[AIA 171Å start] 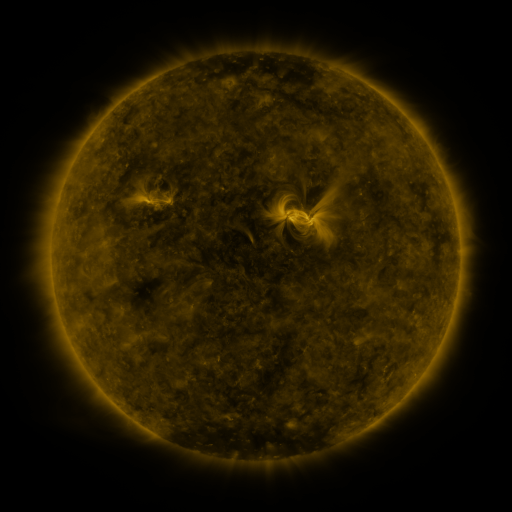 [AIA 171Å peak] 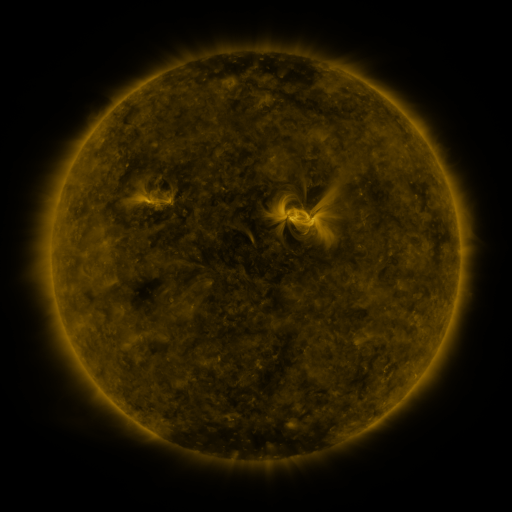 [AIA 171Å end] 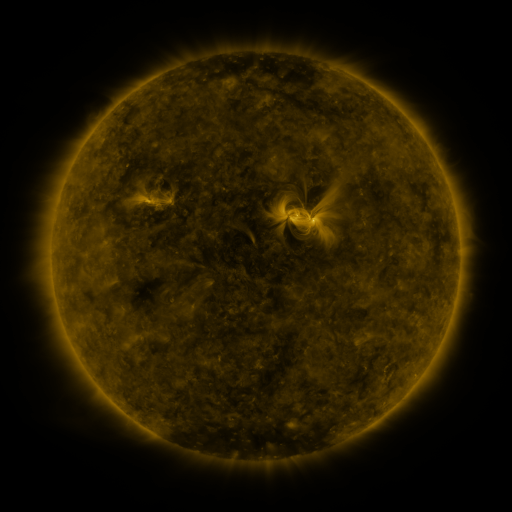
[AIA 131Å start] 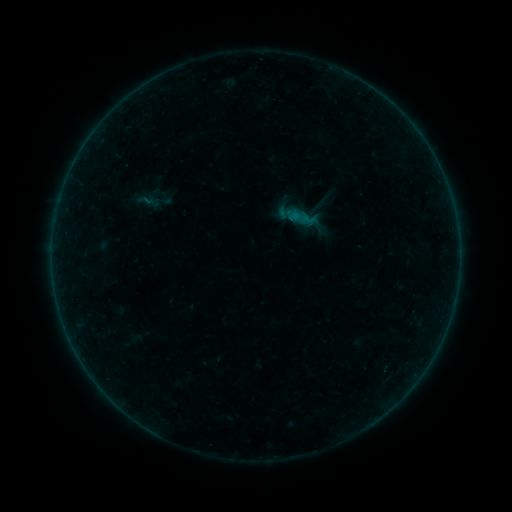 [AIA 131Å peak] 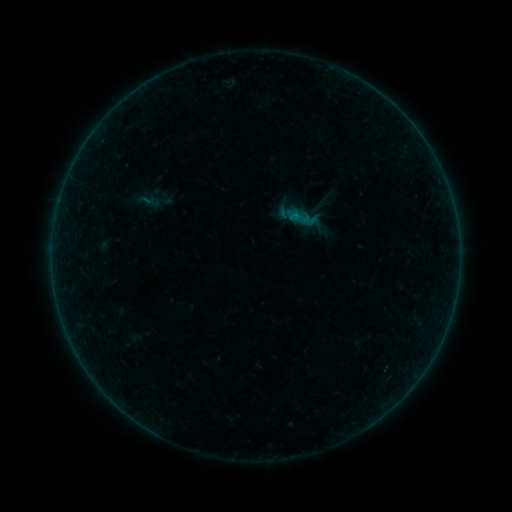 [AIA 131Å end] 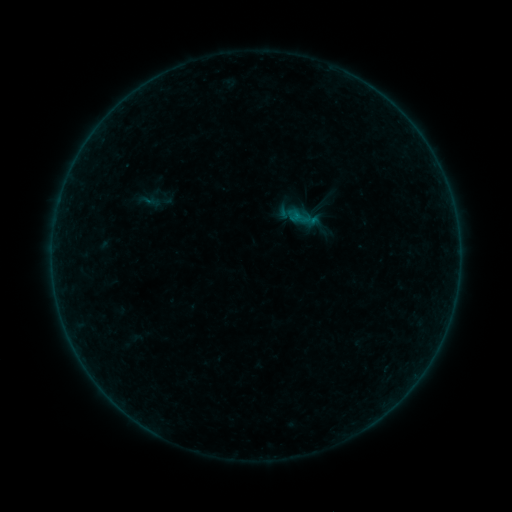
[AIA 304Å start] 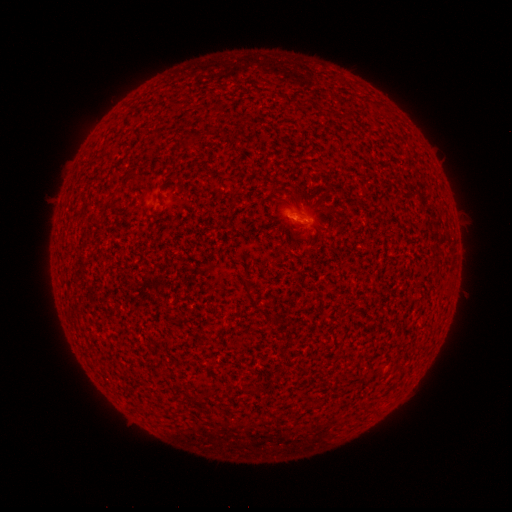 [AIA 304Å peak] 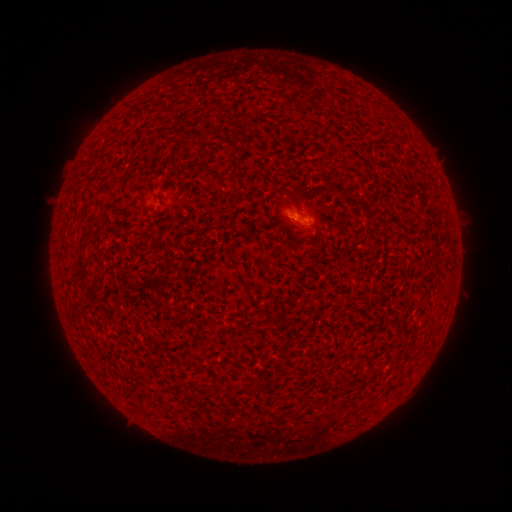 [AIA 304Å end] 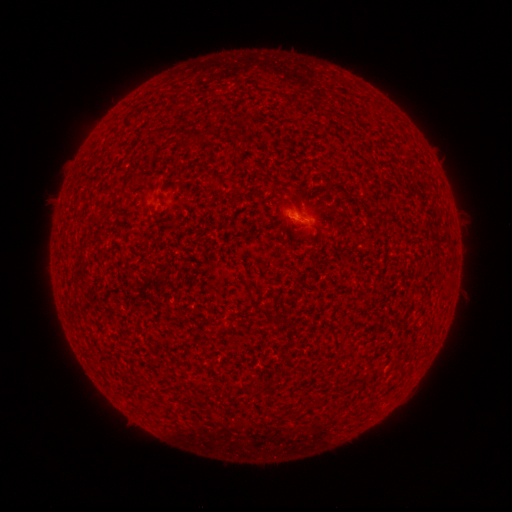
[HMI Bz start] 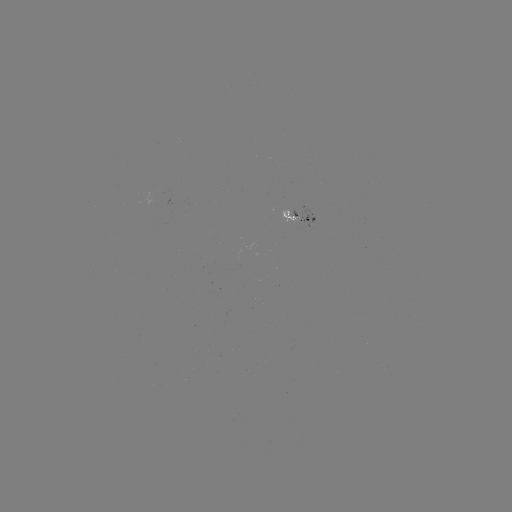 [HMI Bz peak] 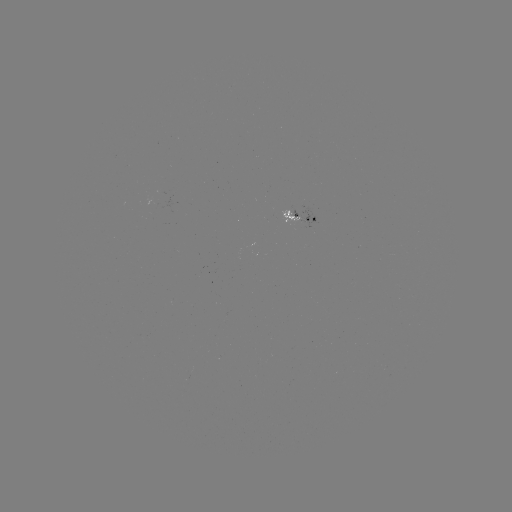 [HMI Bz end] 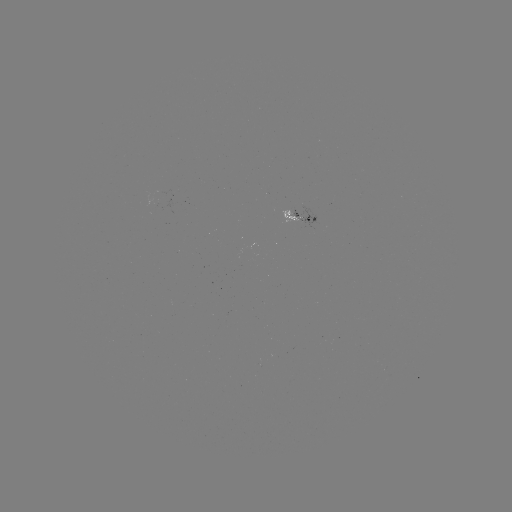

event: flare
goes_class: A8.7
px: (294, 215)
